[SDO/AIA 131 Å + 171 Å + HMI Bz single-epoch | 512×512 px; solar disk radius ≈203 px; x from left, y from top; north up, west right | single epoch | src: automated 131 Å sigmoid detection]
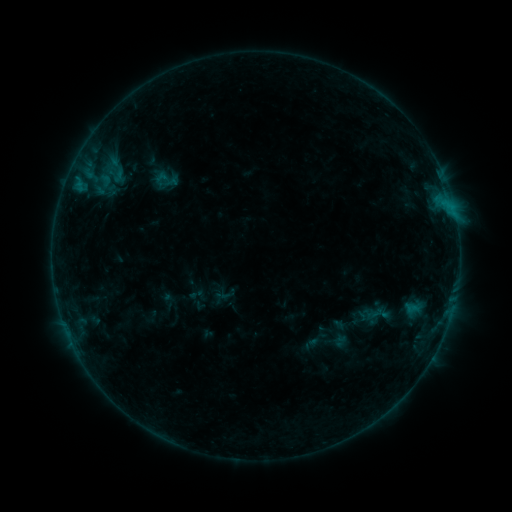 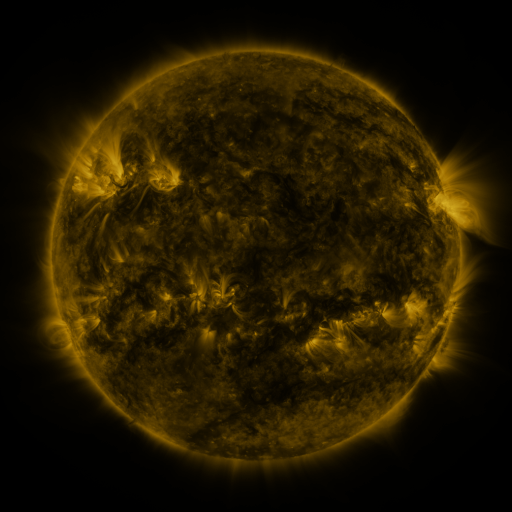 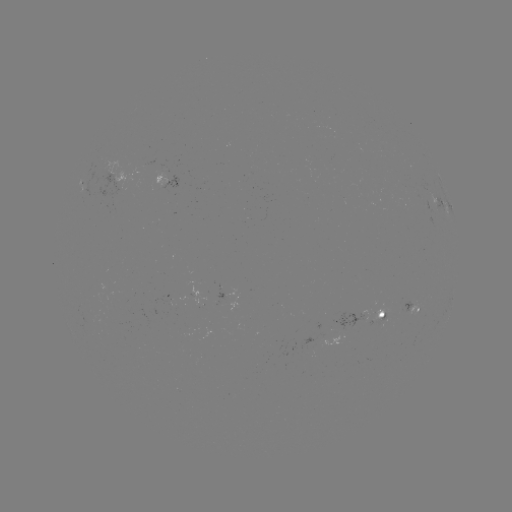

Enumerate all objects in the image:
sigmoid: [371, 303, 388, 323]
